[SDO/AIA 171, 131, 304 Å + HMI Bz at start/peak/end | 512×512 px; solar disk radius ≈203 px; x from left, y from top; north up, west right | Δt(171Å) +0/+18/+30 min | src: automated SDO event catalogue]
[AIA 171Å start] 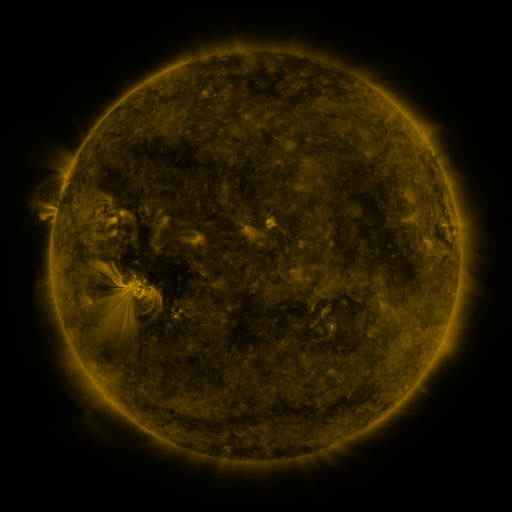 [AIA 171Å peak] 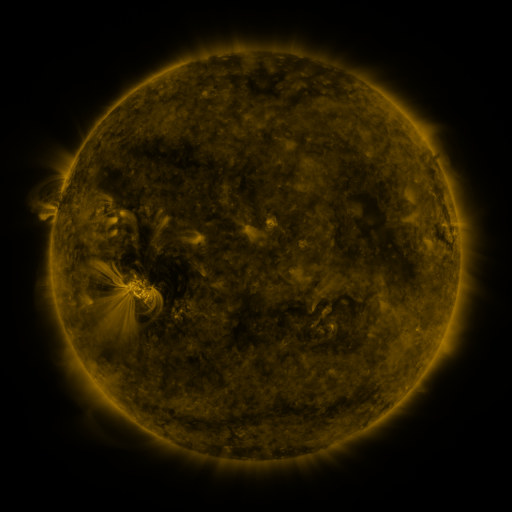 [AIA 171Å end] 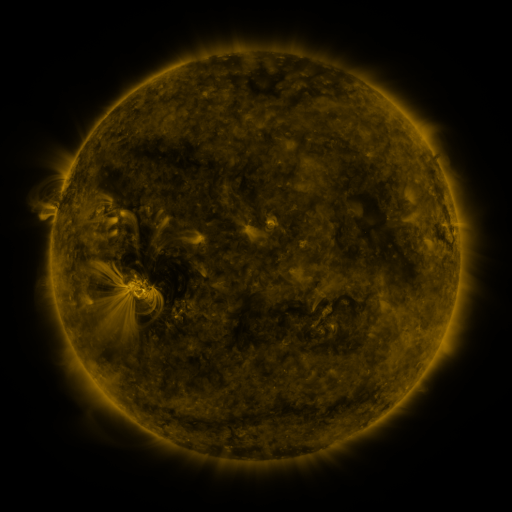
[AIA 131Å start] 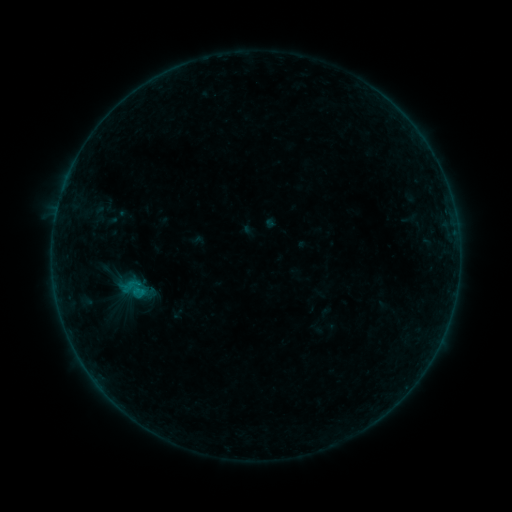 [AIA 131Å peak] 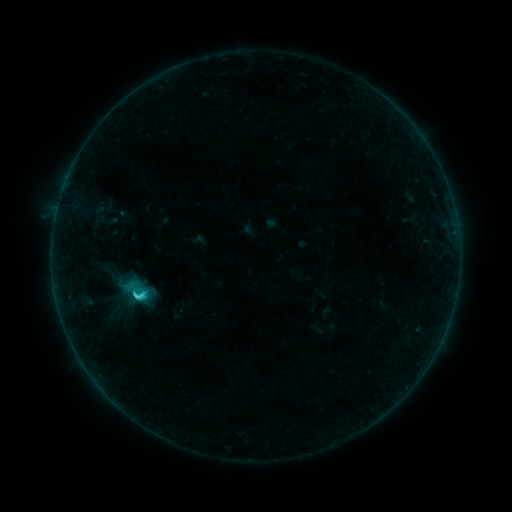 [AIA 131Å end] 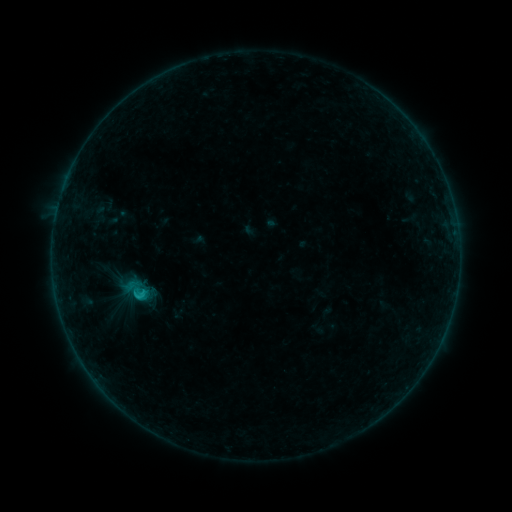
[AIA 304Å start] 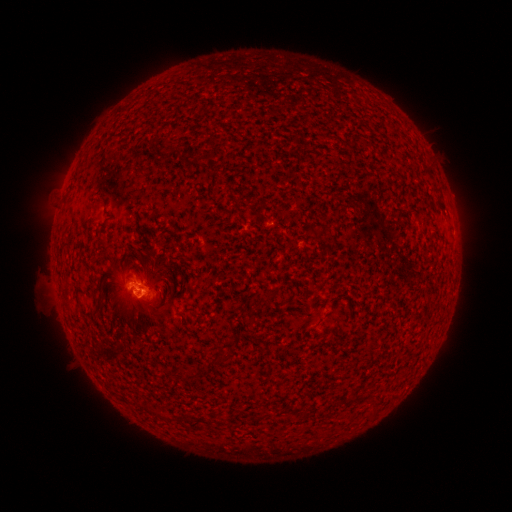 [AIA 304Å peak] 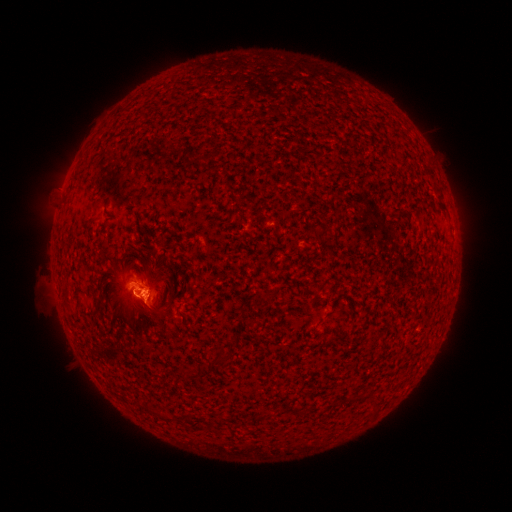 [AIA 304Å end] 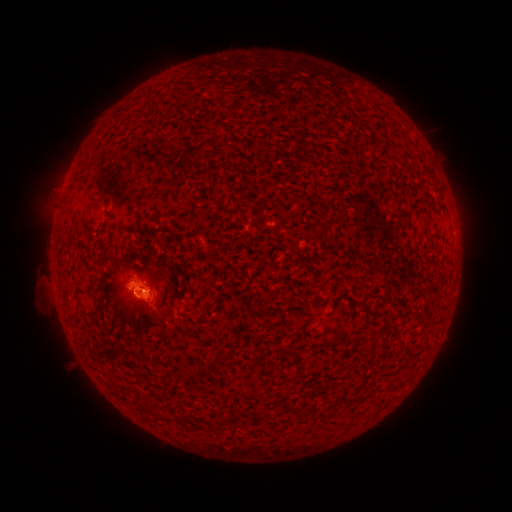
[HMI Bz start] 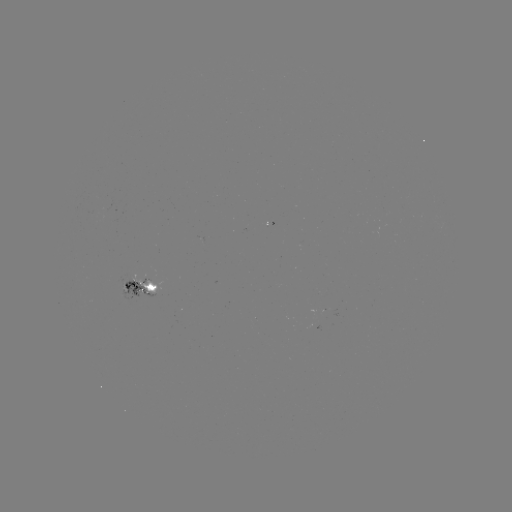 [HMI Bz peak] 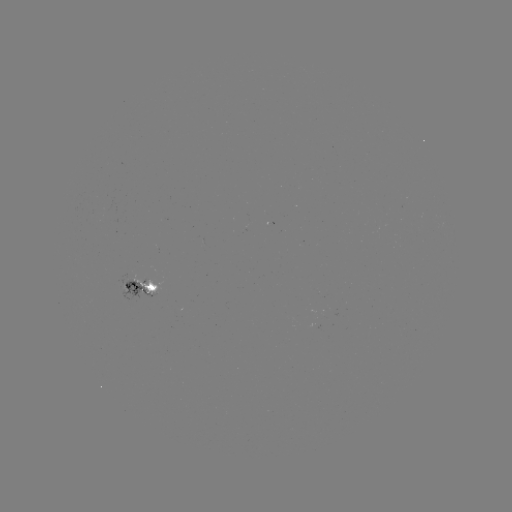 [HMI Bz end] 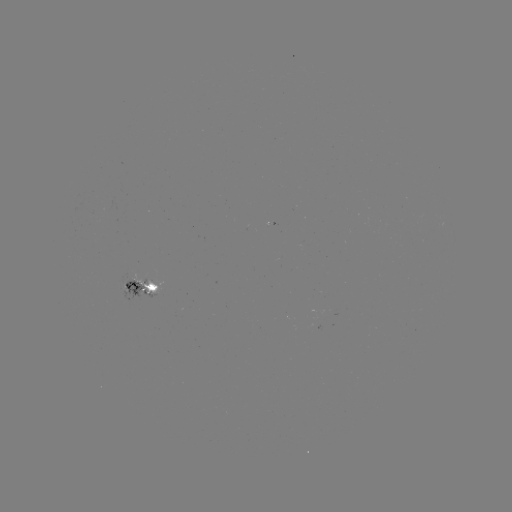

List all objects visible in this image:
C1.6 flare: (140, 295)
